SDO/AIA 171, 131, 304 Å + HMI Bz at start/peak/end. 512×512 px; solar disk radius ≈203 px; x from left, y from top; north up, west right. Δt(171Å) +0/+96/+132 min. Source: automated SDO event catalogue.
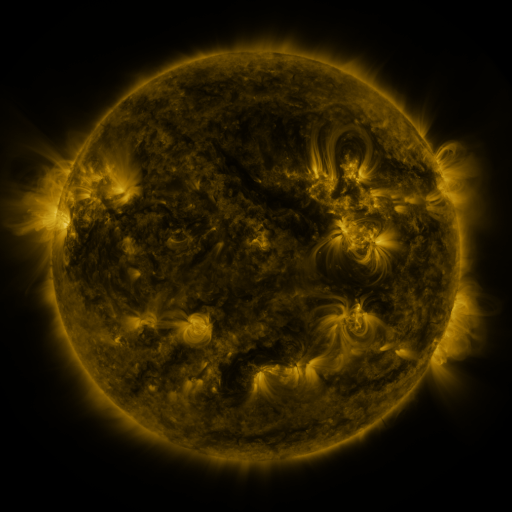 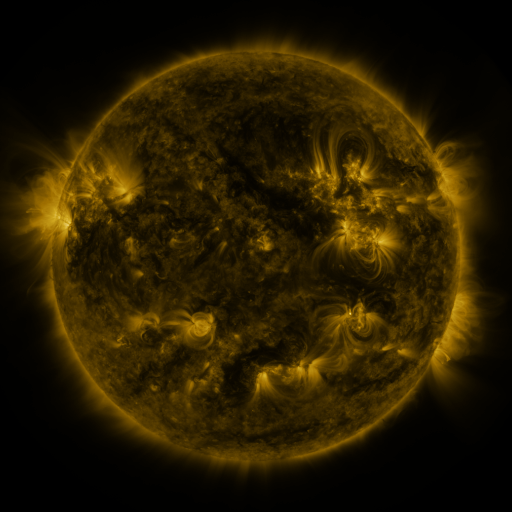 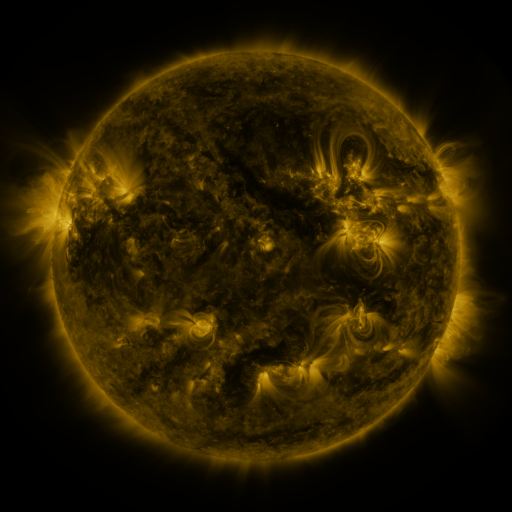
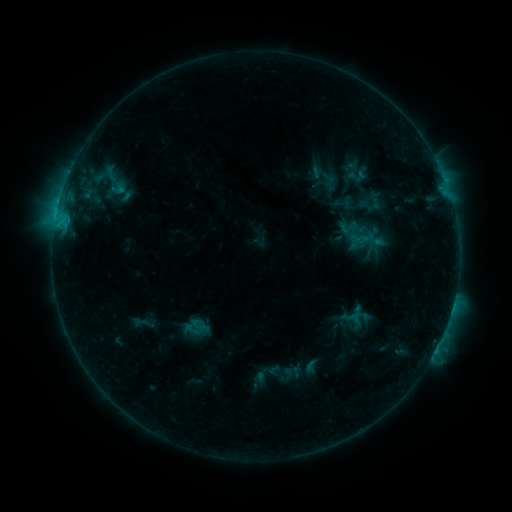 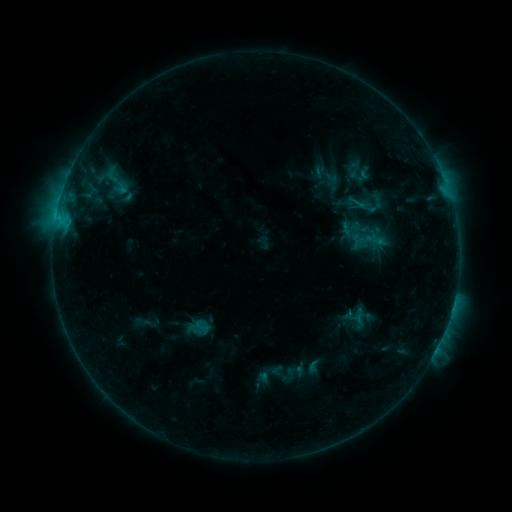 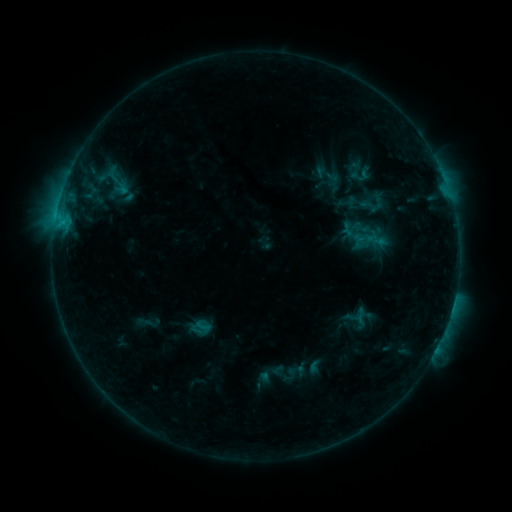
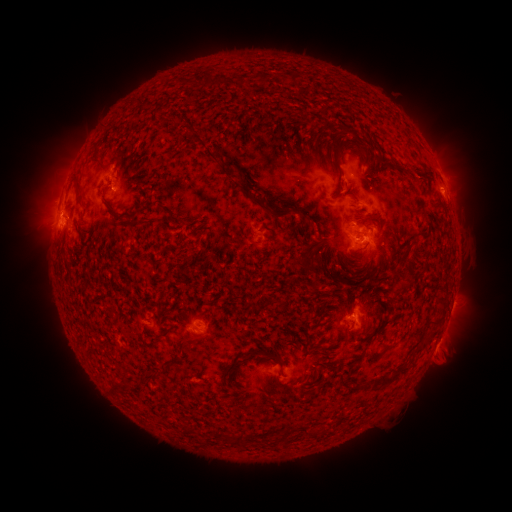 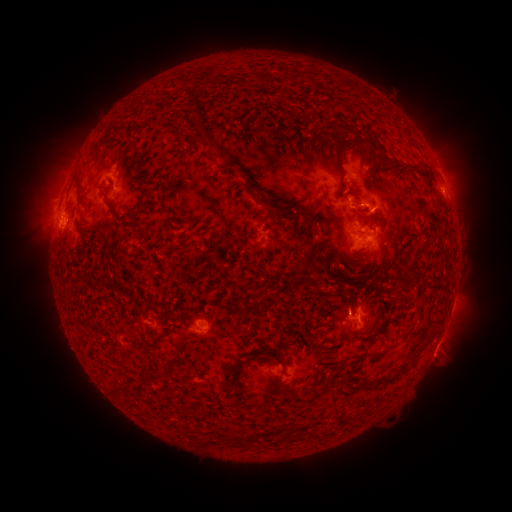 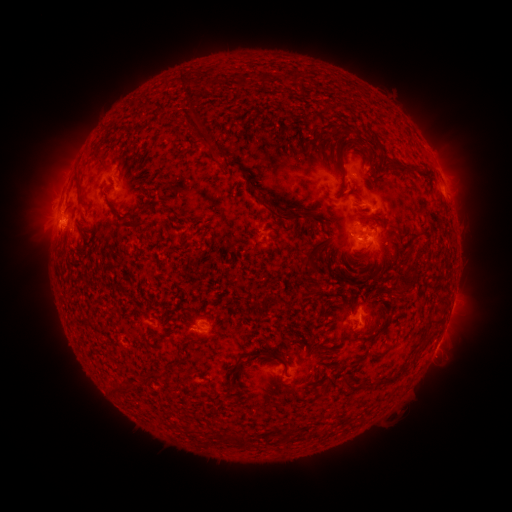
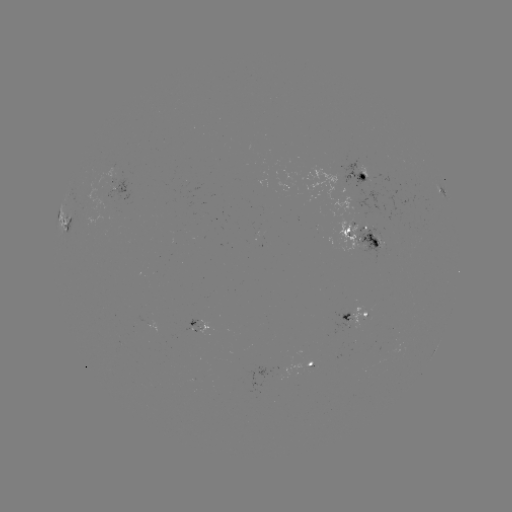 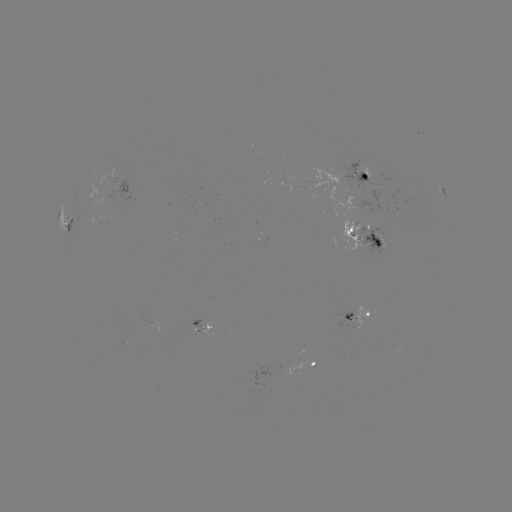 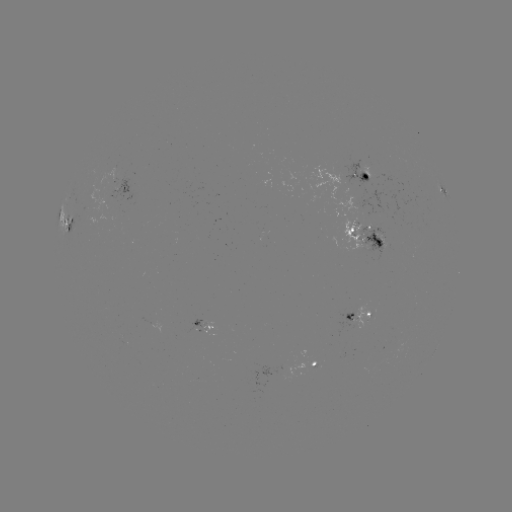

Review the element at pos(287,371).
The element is emerging-flux region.